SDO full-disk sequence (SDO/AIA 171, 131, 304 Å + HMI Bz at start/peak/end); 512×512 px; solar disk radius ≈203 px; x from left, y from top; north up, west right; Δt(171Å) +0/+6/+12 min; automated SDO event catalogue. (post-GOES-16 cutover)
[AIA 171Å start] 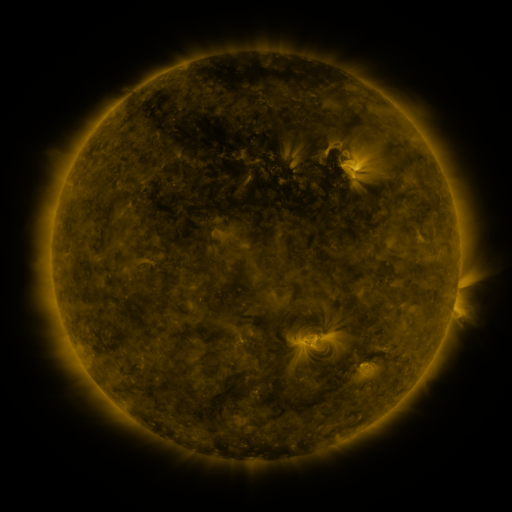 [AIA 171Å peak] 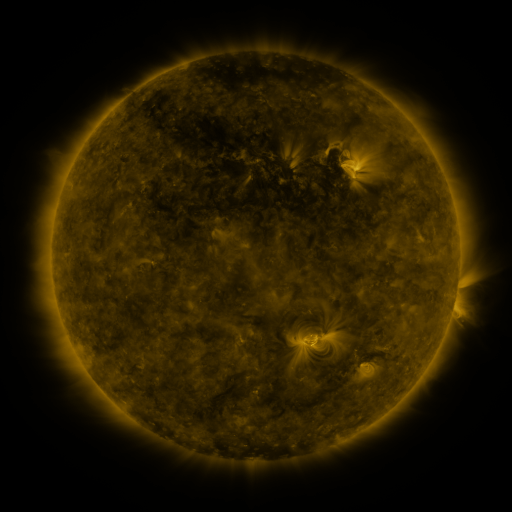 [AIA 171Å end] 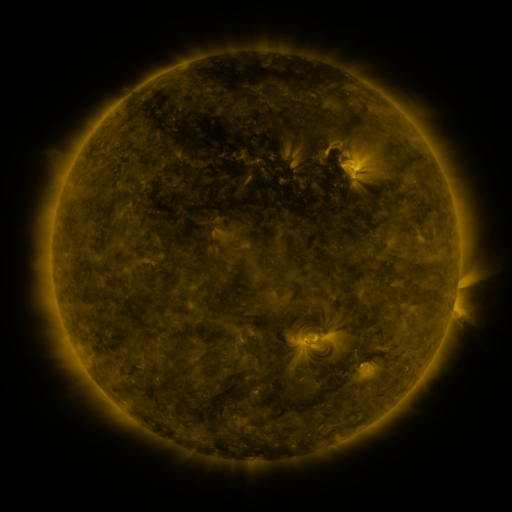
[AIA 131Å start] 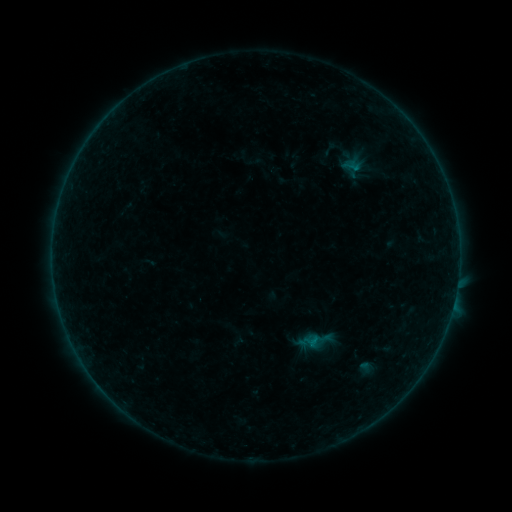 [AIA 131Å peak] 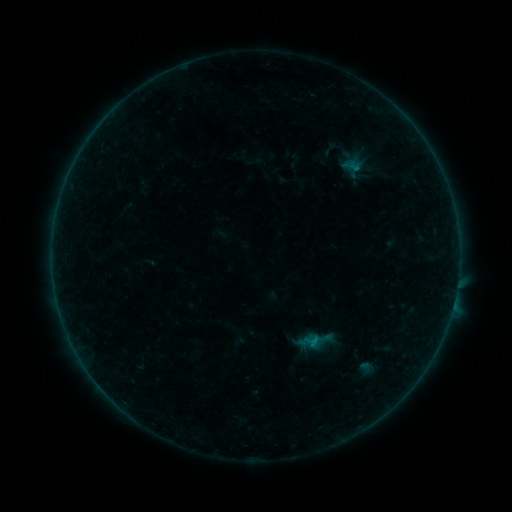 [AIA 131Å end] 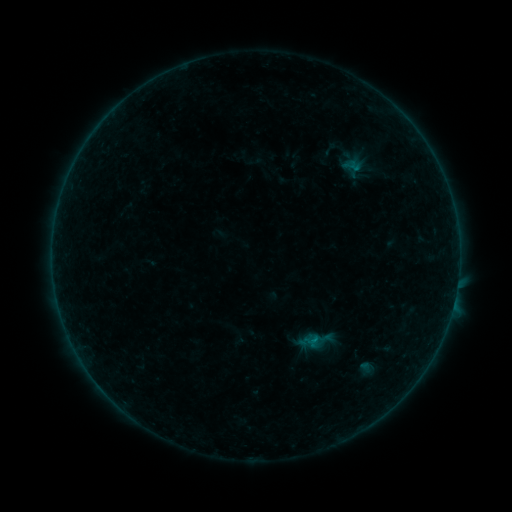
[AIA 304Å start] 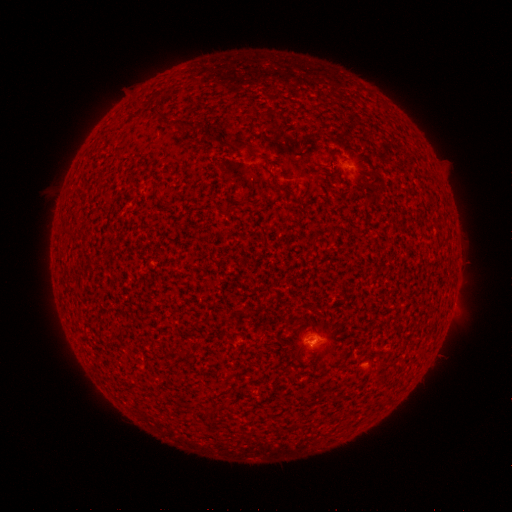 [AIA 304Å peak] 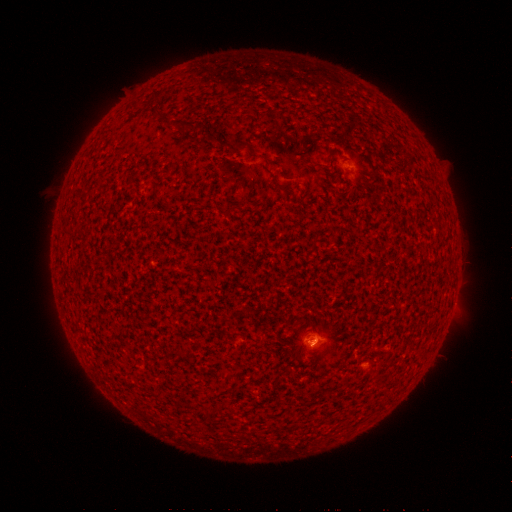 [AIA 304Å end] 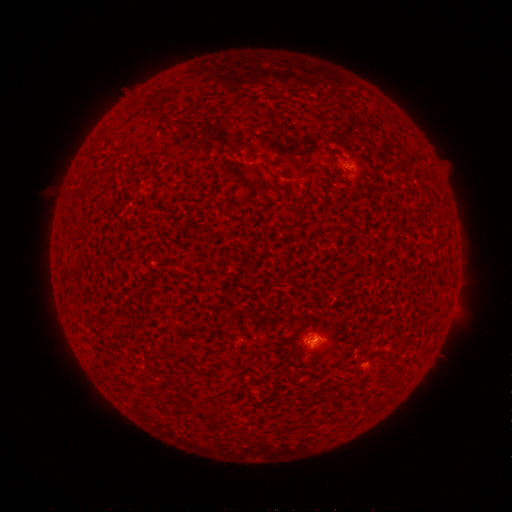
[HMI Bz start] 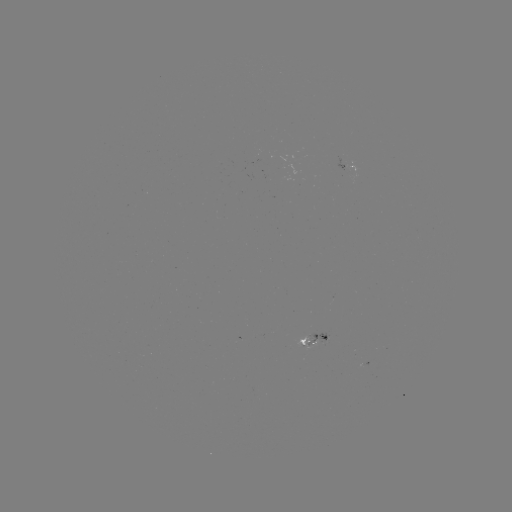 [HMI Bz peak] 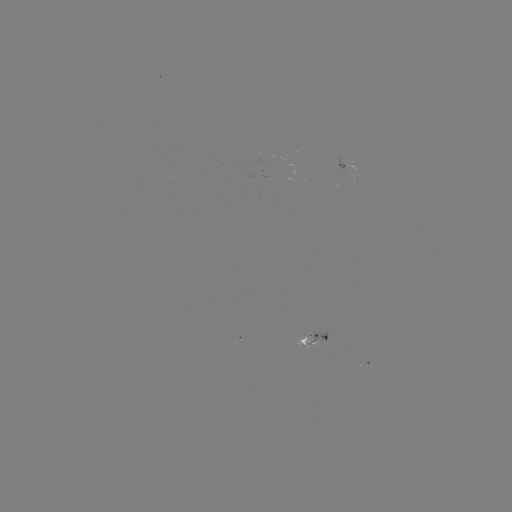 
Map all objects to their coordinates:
B2.0 flare: (312, 337)
